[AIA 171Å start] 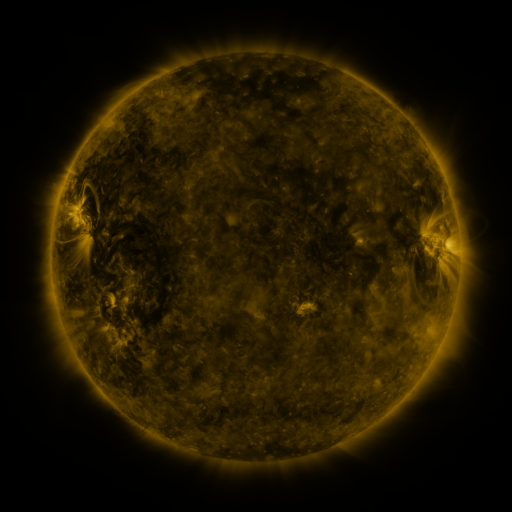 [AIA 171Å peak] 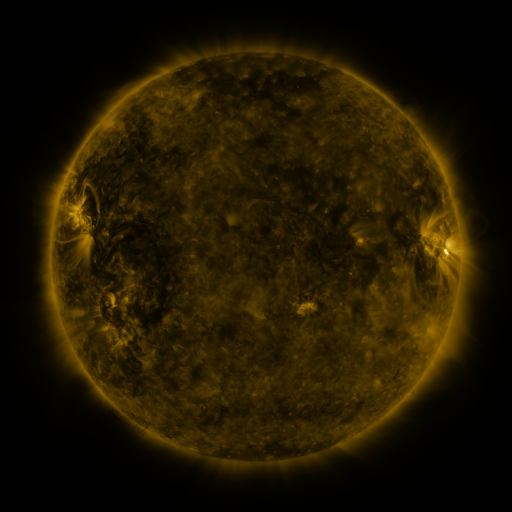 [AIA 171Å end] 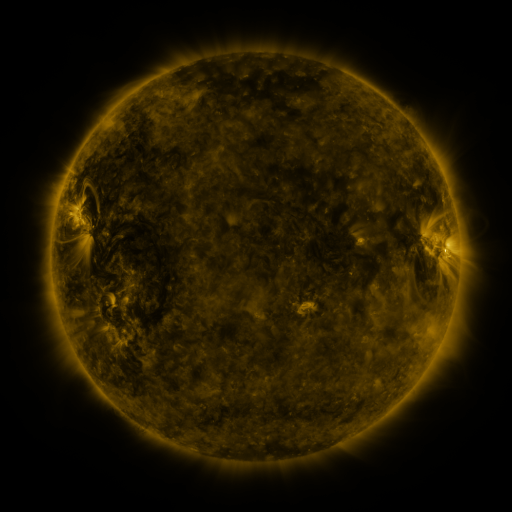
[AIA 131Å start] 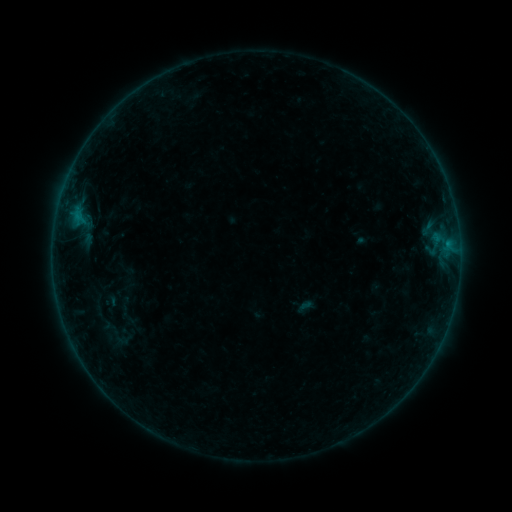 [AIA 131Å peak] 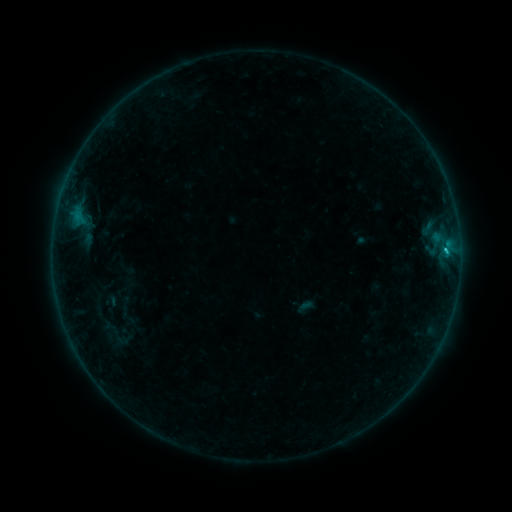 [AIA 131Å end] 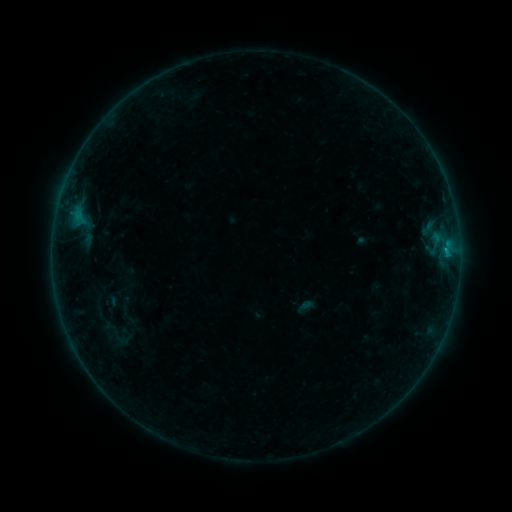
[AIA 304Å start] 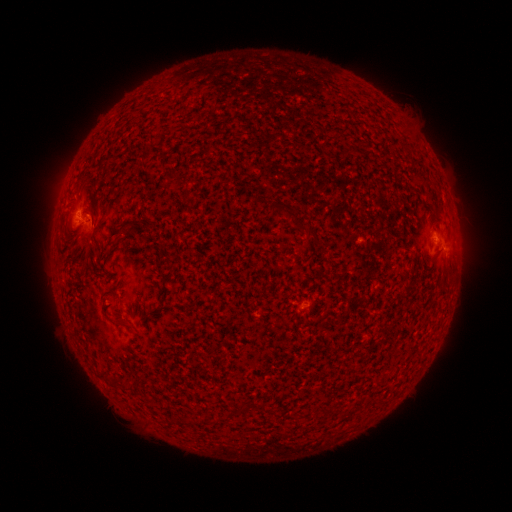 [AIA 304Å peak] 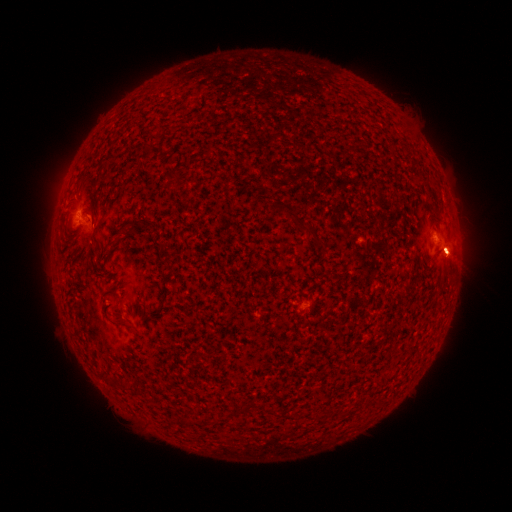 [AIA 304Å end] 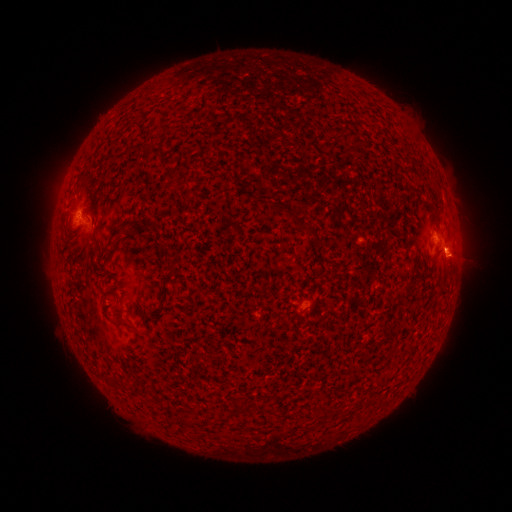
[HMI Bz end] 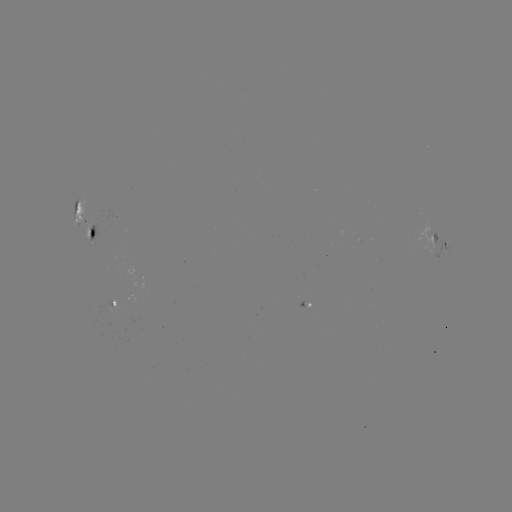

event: eruption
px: (450, 256)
